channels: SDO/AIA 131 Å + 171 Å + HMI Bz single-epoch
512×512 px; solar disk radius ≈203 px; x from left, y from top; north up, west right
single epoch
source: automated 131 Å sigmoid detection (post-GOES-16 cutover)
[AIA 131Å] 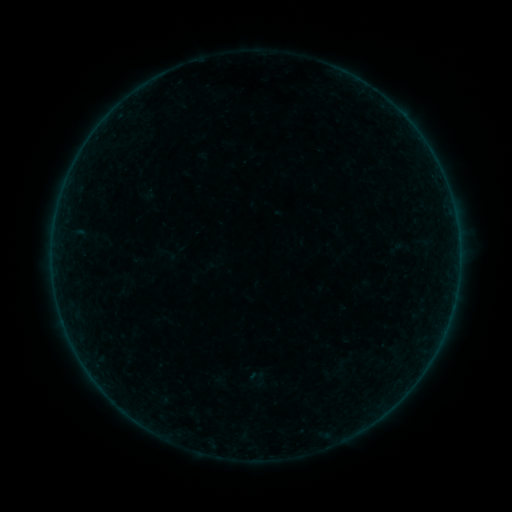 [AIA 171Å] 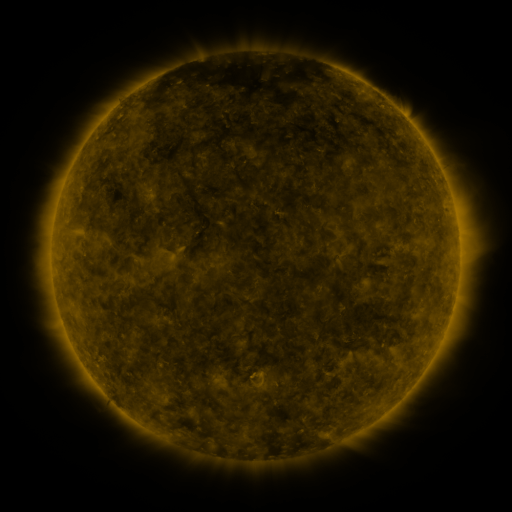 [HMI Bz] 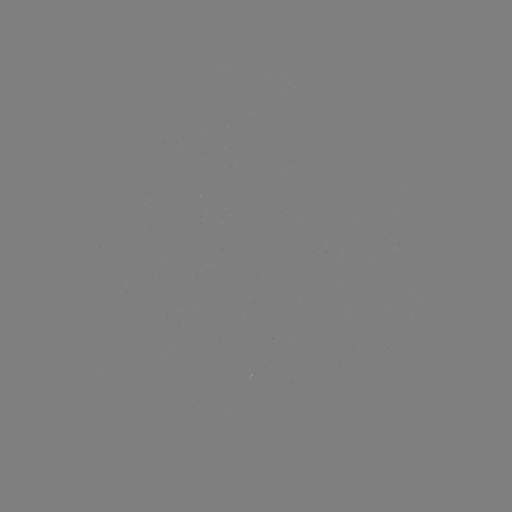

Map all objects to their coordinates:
sigmoid: (248, 367, 264, 383)
